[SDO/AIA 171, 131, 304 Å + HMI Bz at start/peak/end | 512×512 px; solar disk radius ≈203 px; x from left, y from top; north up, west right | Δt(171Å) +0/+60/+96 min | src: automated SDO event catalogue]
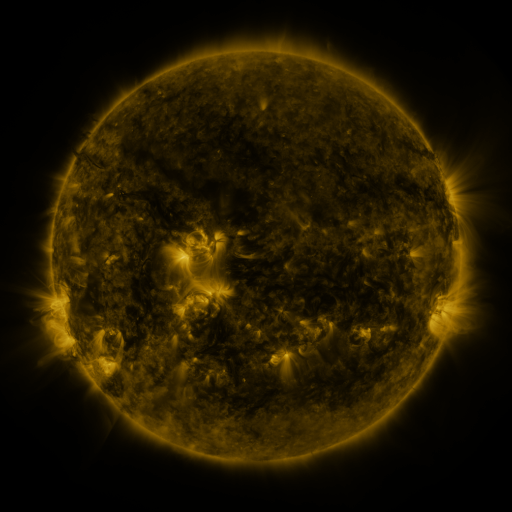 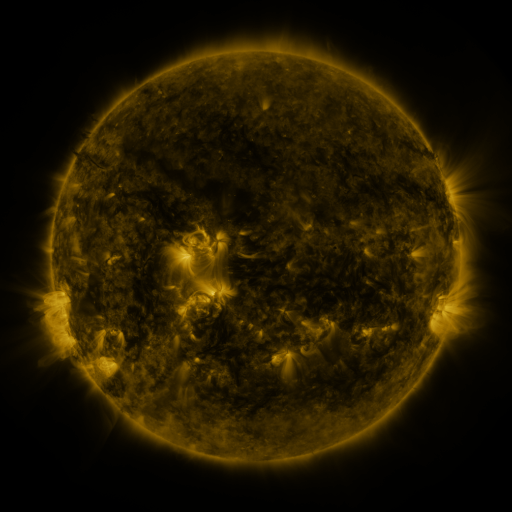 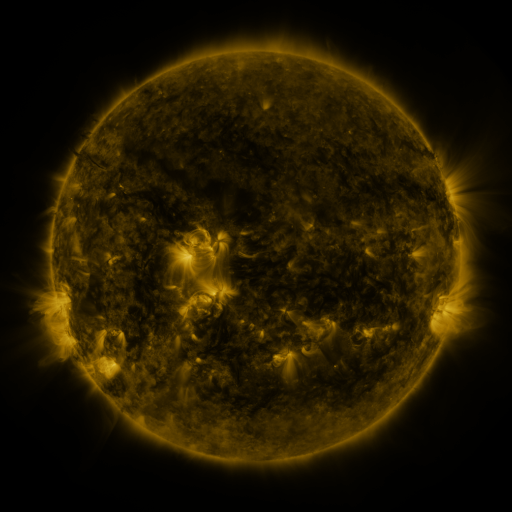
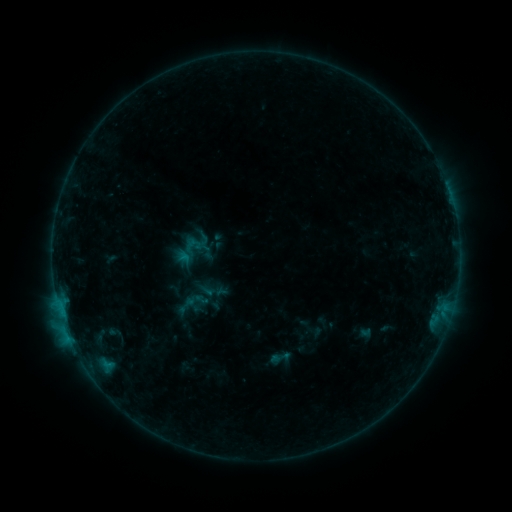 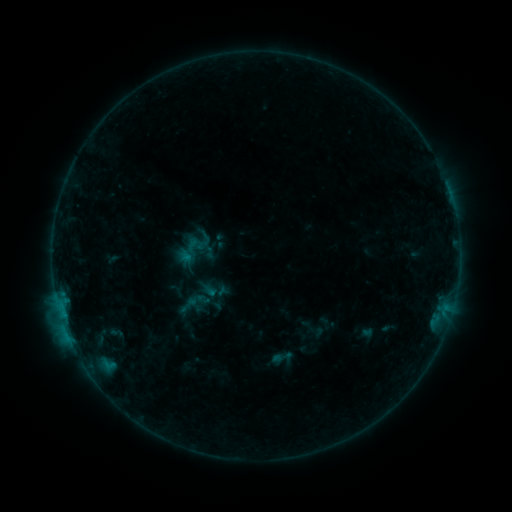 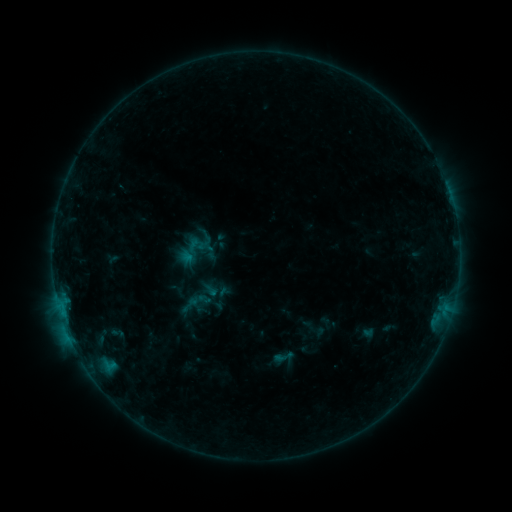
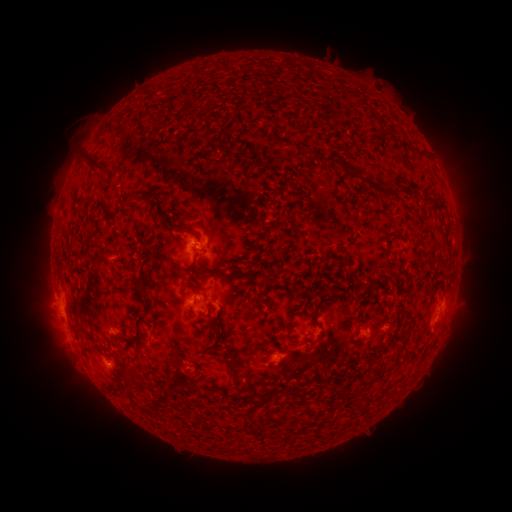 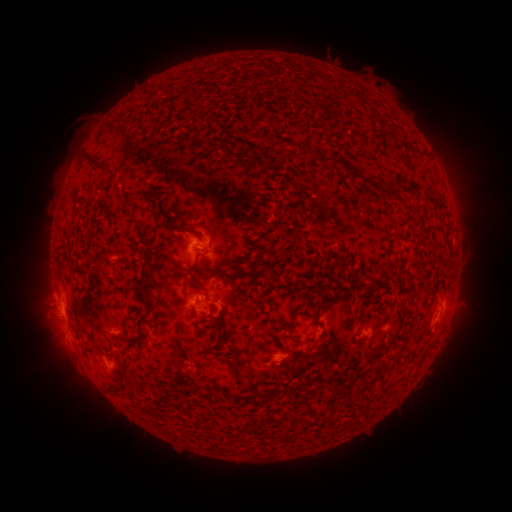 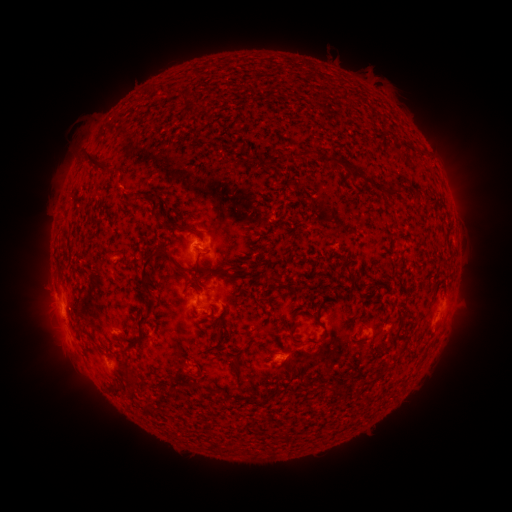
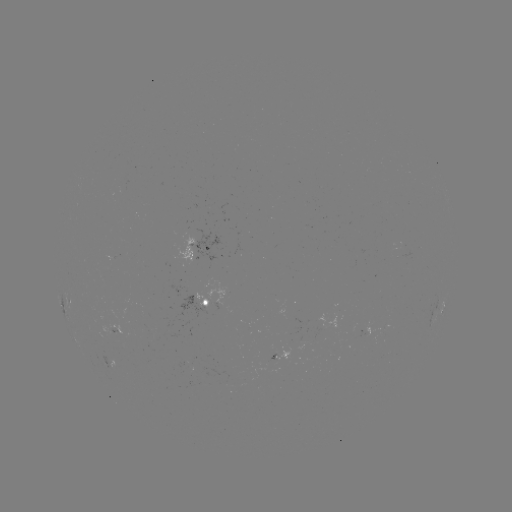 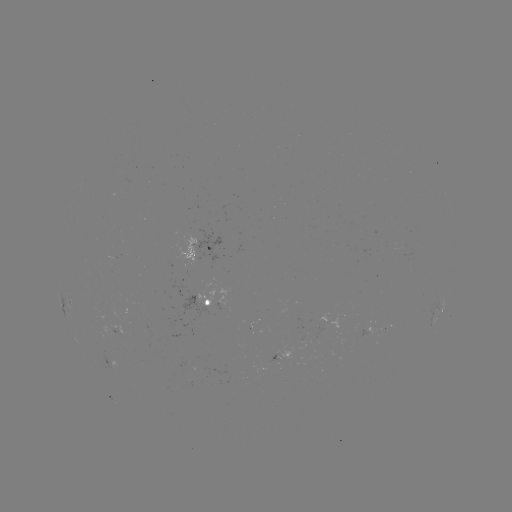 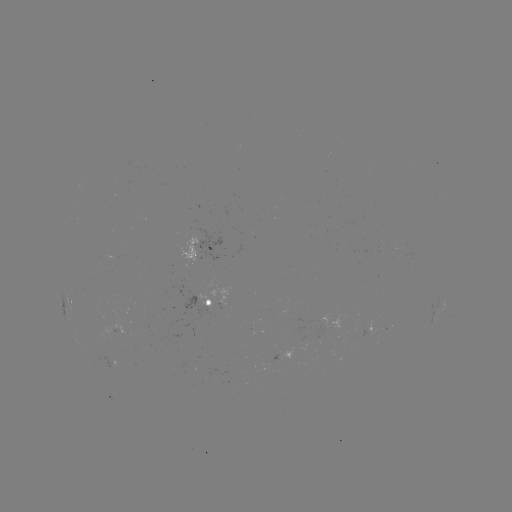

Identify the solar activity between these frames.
emerging-flux region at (215, 301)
